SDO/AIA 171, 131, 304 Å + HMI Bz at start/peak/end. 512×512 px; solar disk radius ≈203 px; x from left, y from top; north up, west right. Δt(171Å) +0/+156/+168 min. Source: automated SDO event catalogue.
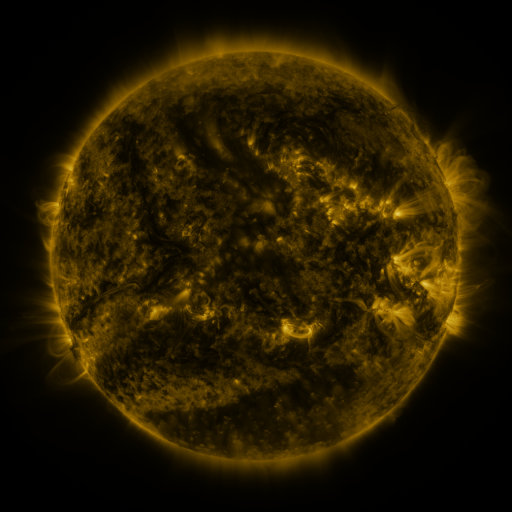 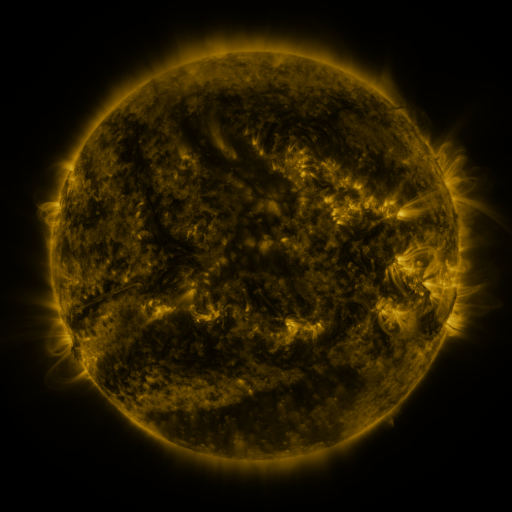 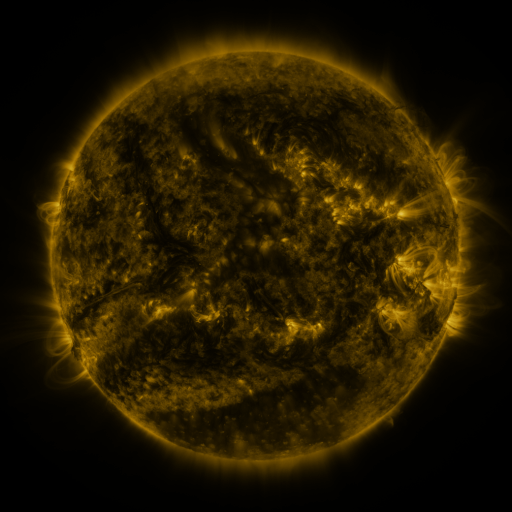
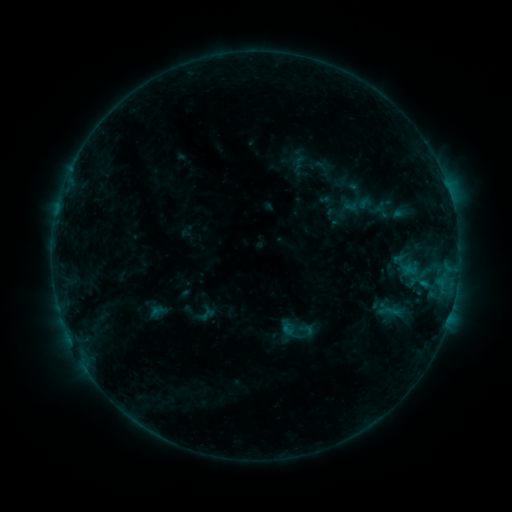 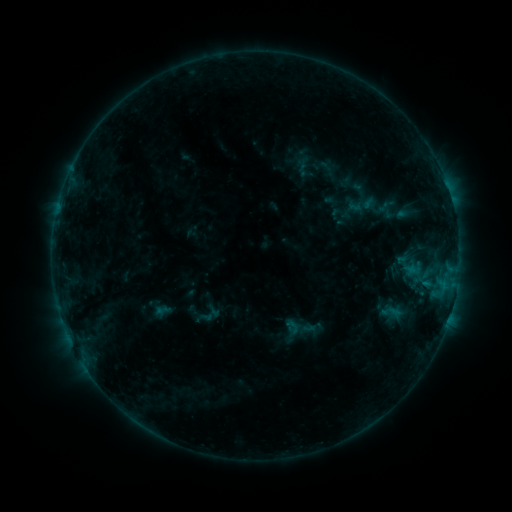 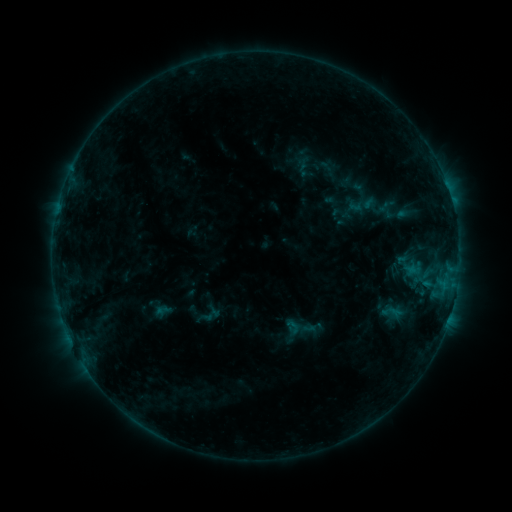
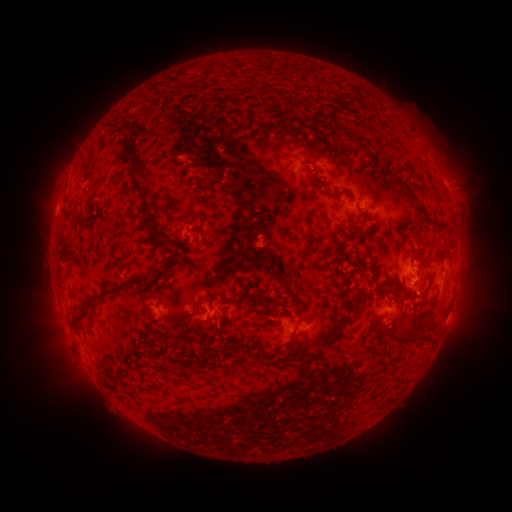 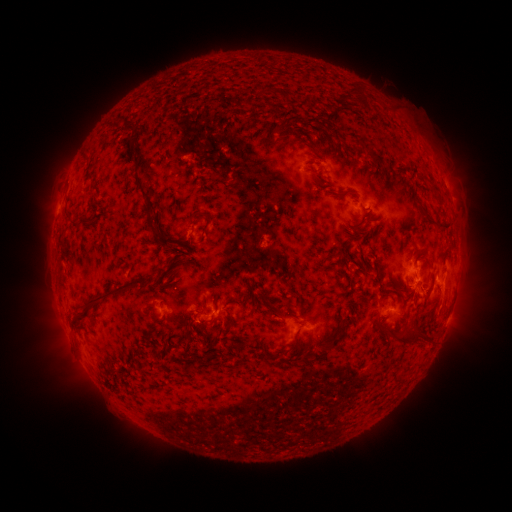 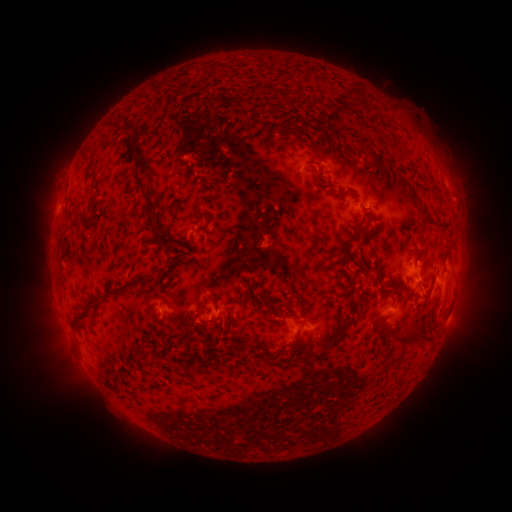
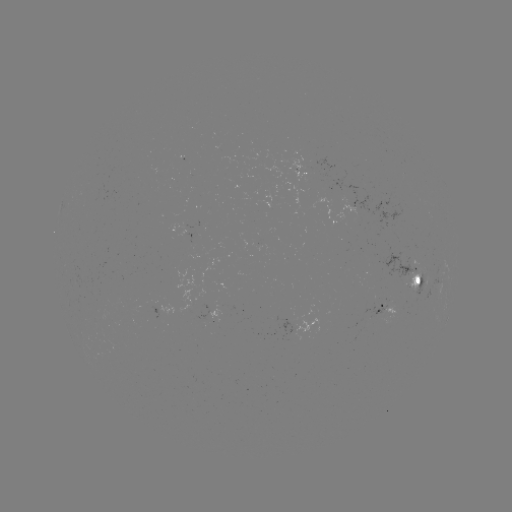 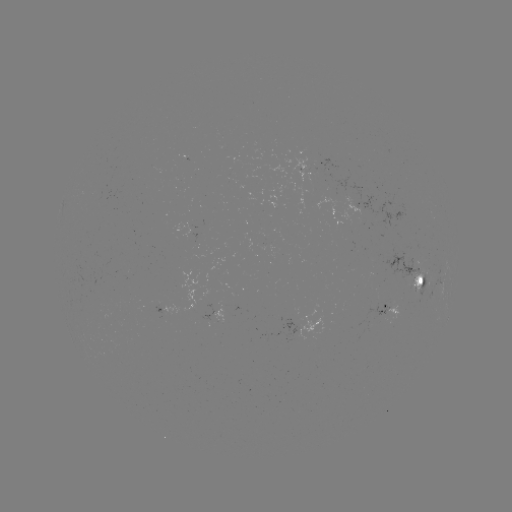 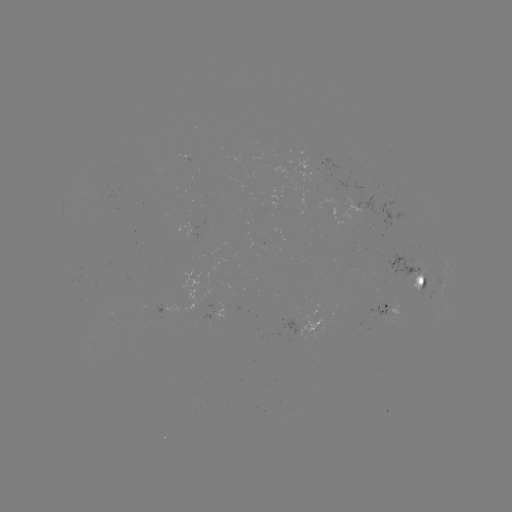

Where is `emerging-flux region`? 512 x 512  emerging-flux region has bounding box [387, 244, 428, 291].